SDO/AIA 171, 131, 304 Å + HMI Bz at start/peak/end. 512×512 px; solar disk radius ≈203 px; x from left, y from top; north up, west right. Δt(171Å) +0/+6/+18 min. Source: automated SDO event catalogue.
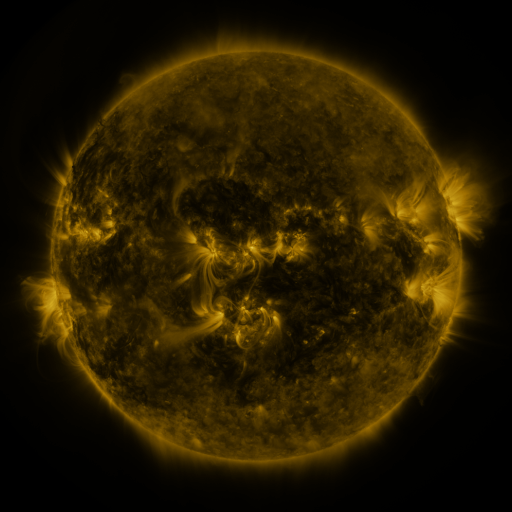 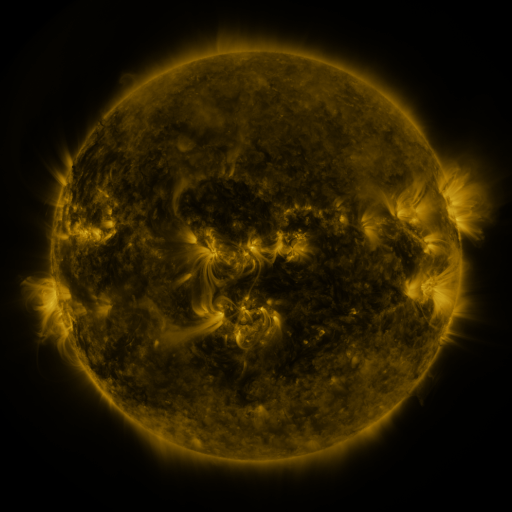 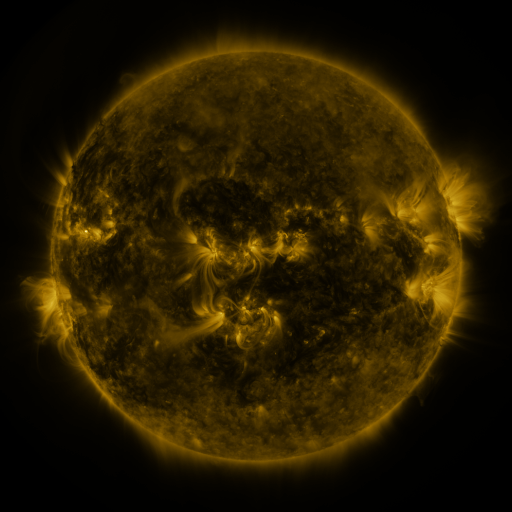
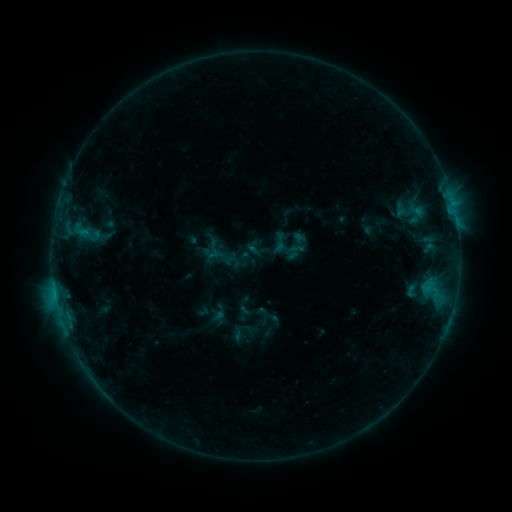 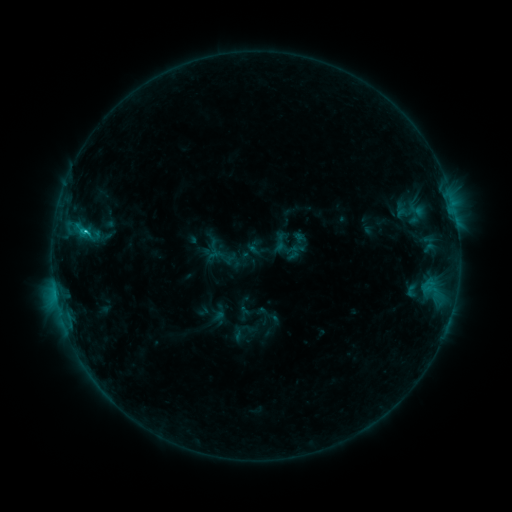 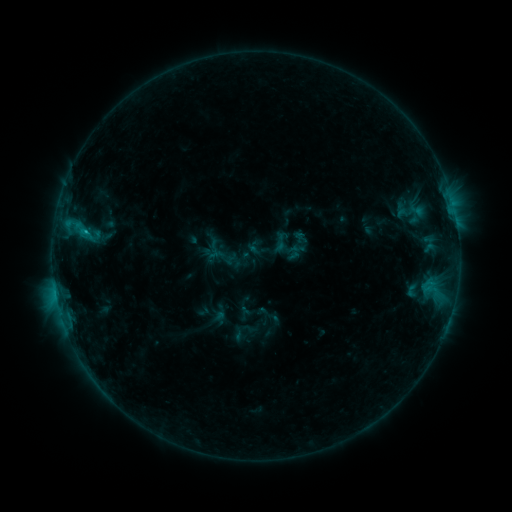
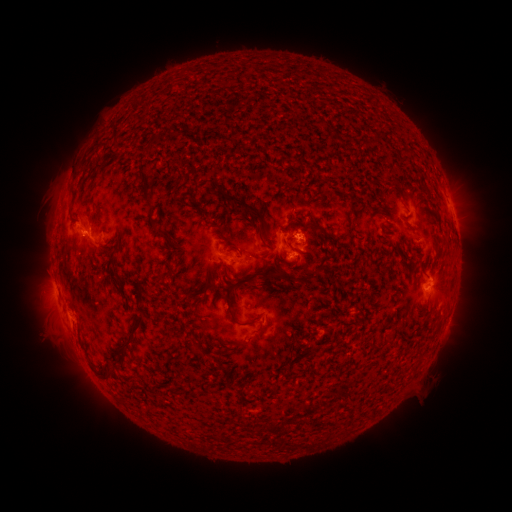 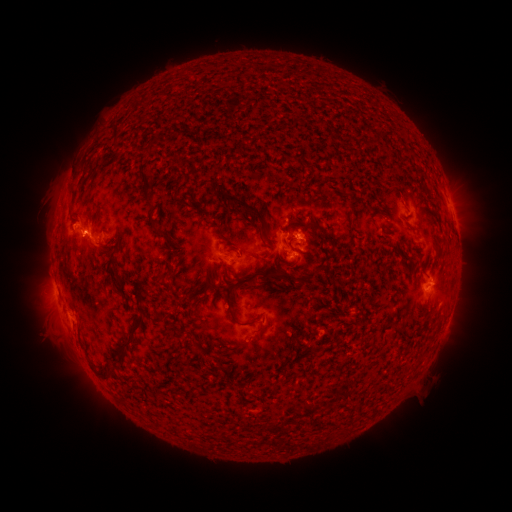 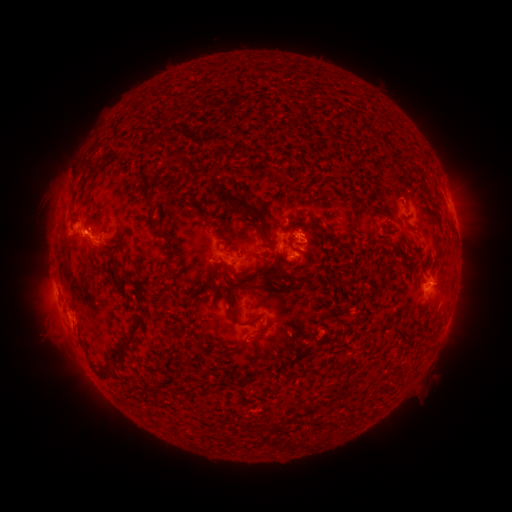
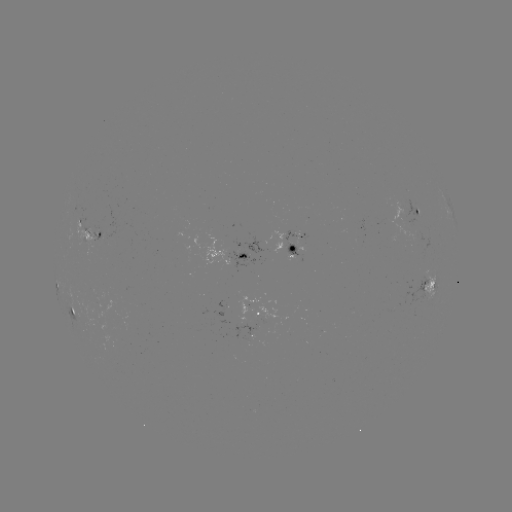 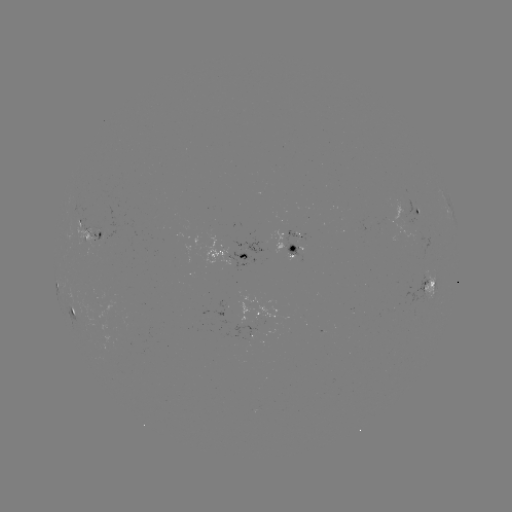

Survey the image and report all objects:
C1.3 flare: (85, 233)
